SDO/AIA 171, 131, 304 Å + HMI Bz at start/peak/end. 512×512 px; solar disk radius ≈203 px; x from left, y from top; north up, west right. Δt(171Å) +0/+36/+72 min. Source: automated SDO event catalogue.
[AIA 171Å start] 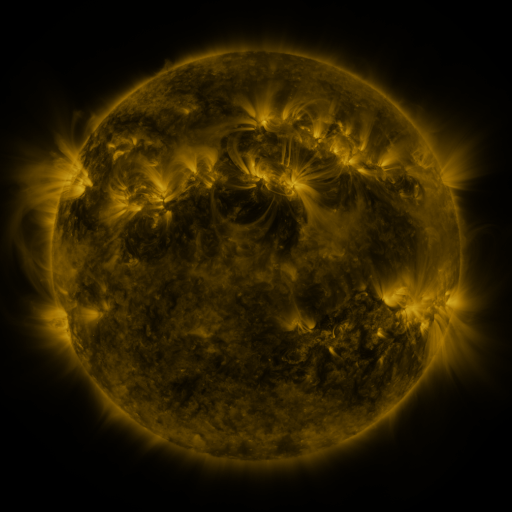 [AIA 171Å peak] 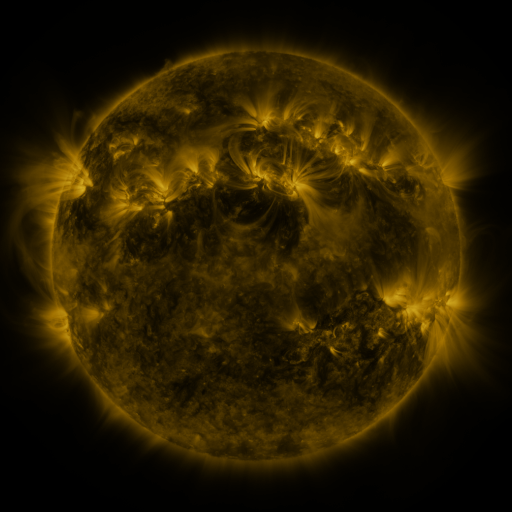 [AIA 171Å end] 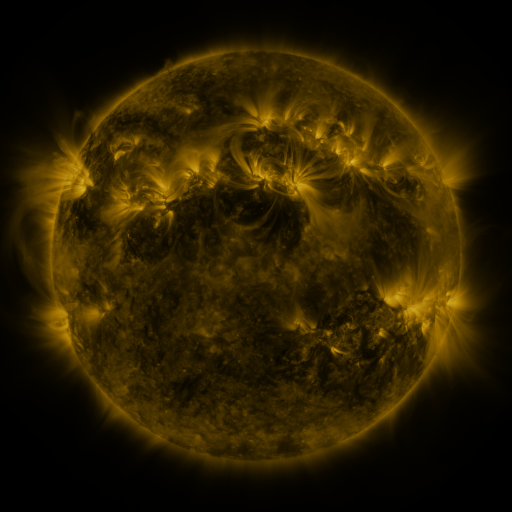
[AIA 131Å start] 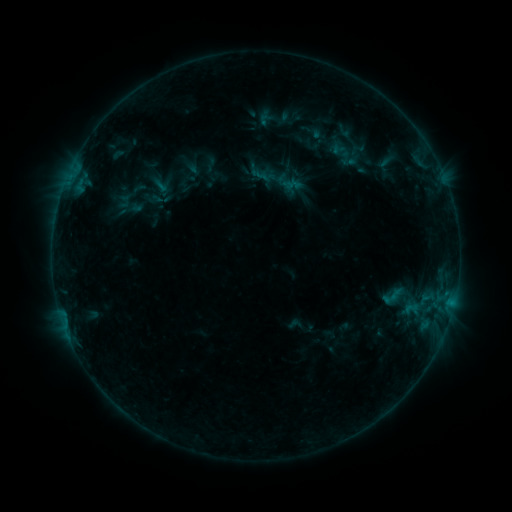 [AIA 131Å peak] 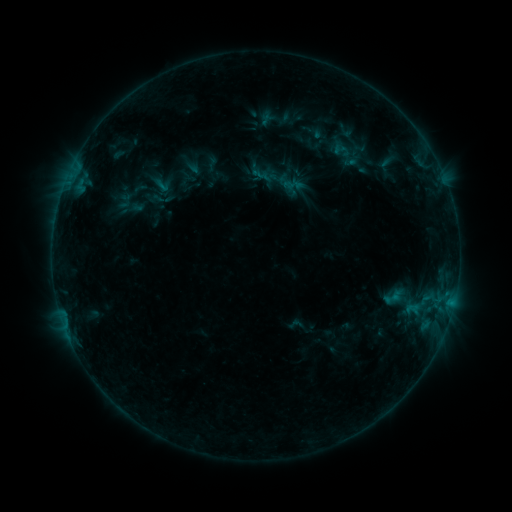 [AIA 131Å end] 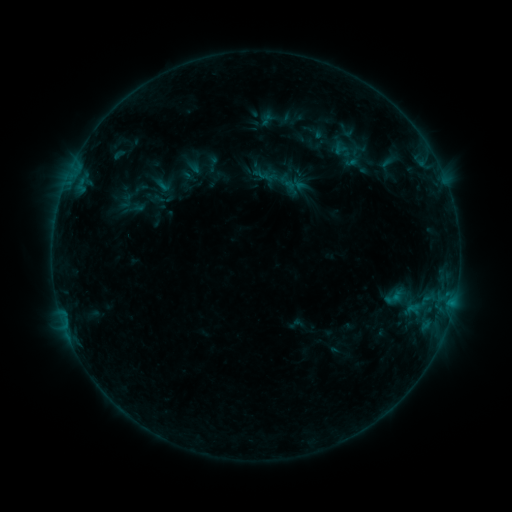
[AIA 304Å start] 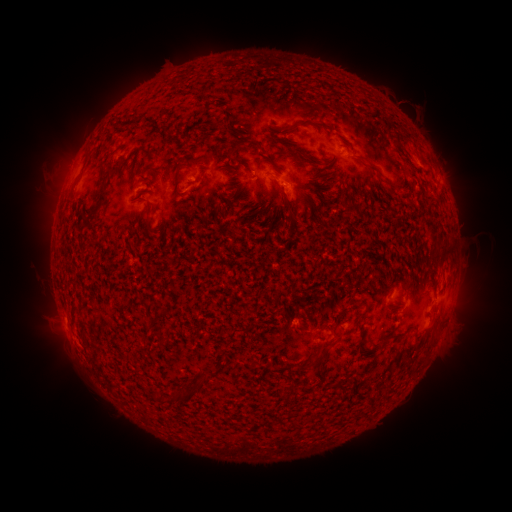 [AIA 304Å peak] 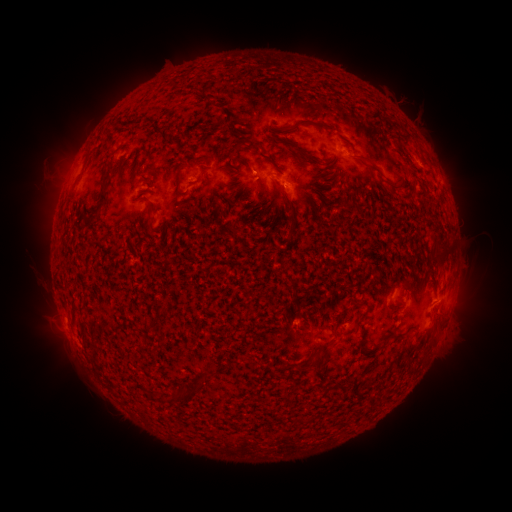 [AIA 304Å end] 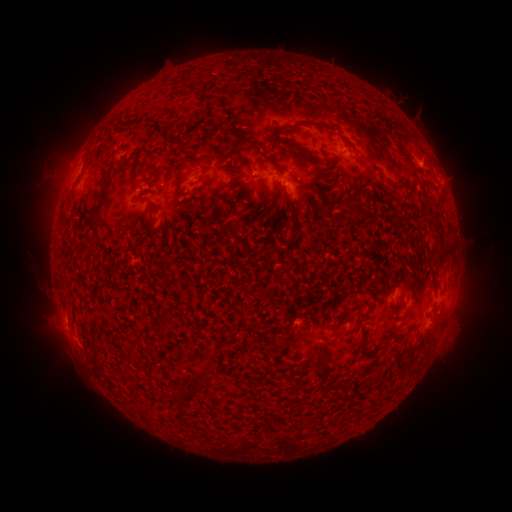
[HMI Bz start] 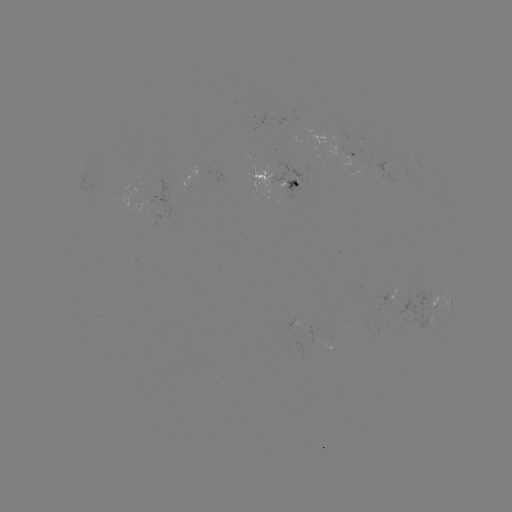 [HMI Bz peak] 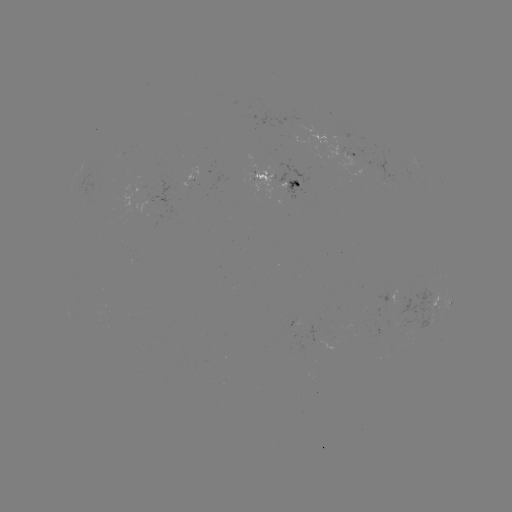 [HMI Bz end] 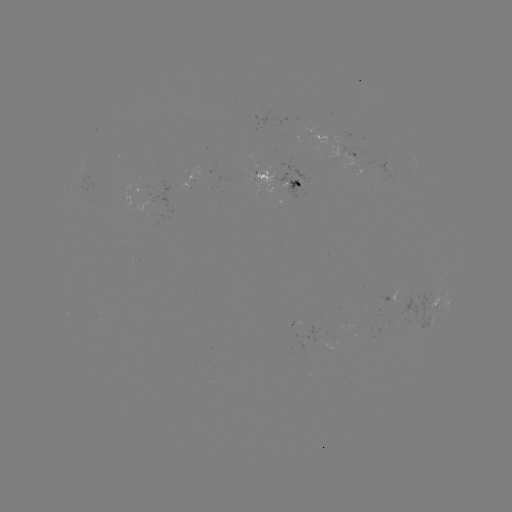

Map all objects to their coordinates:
emerging-flux region: (298, 177)
